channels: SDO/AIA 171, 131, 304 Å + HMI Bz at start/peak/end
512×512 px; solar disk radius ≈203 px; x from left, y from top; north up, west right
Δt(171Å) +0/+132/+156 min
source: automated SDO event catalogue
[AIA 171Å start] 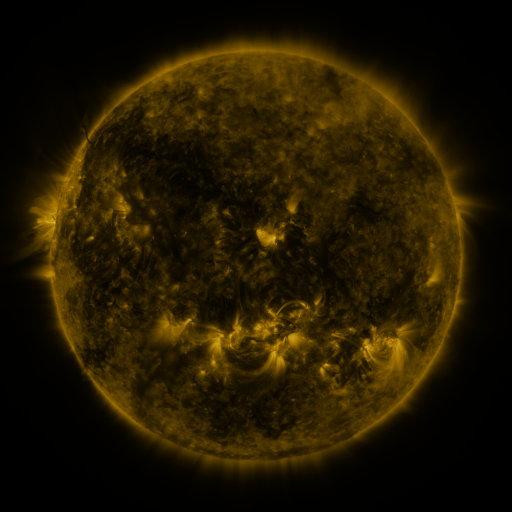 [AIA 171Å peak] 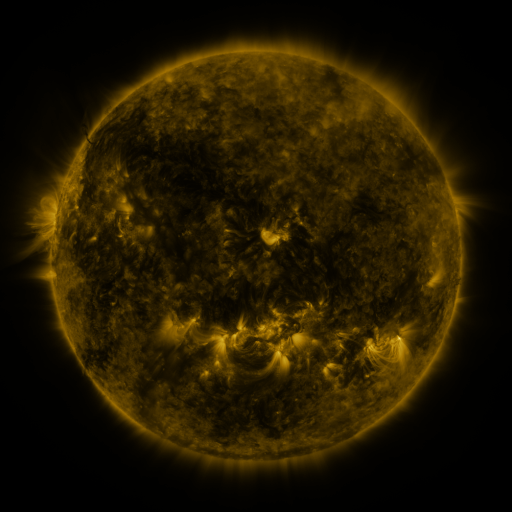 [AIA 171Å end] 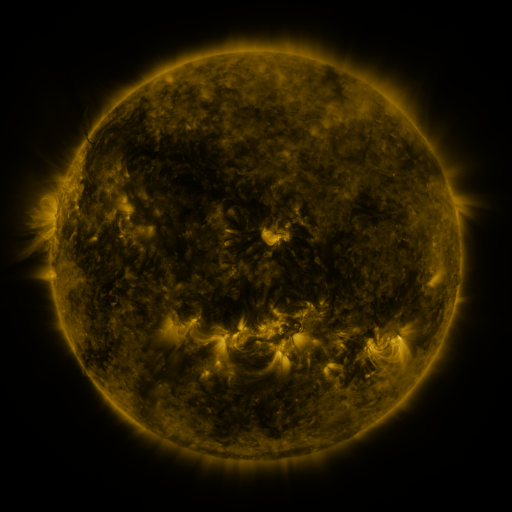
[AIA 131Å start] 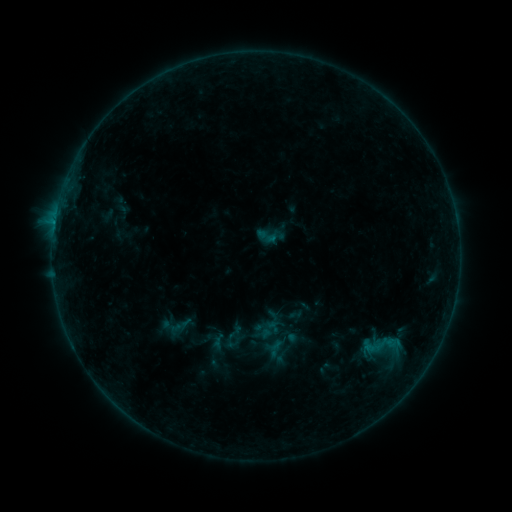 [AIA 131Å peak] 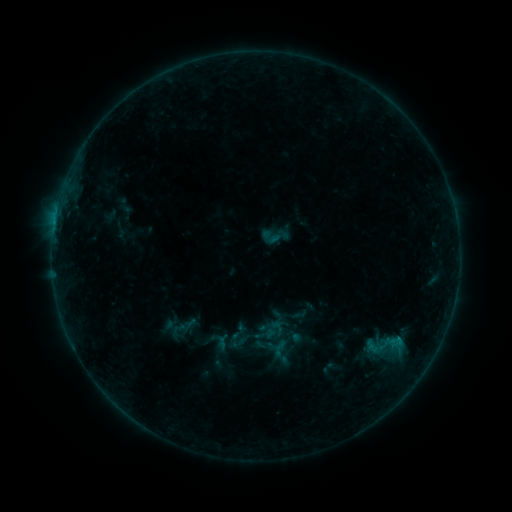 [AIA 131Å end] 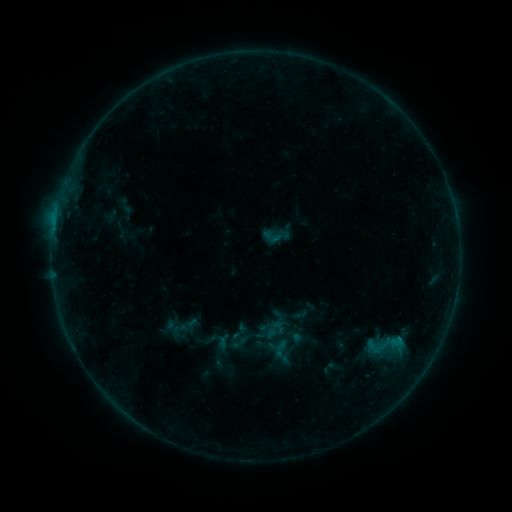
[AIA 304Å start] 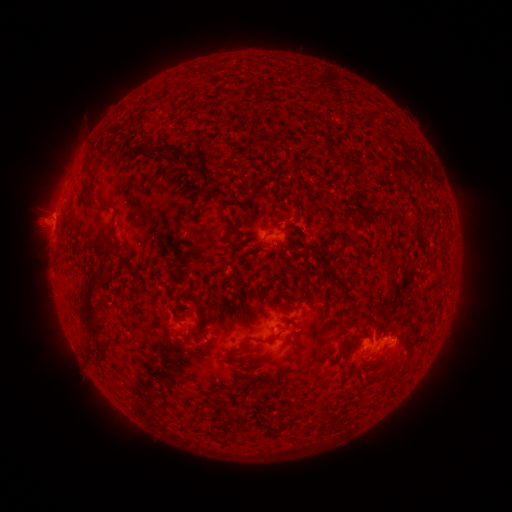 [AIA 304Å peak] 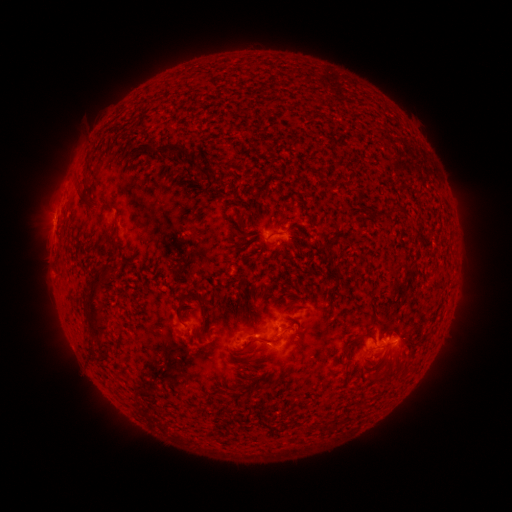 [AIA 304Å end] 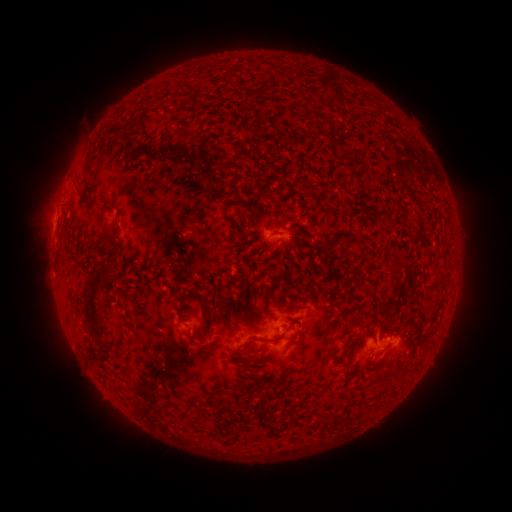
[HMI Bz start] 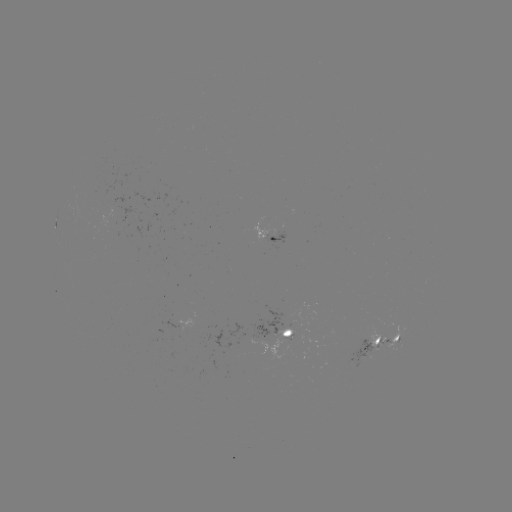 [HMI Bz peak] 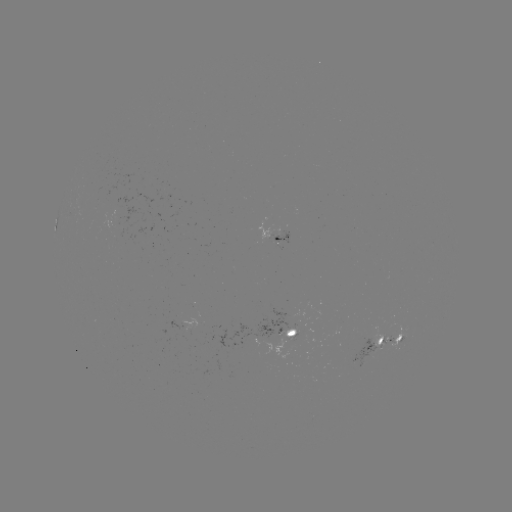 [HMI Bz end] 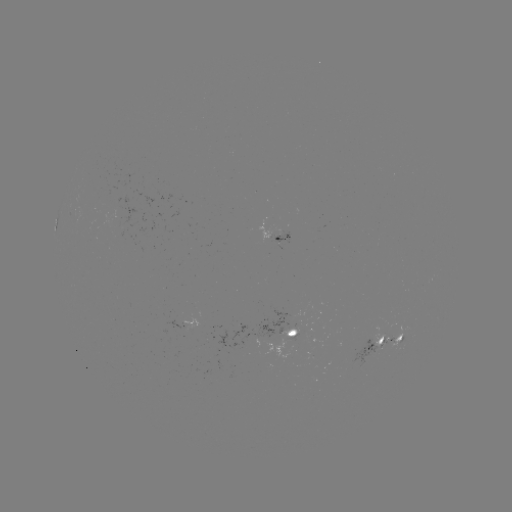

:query emerging-flux region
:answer (379, 343)